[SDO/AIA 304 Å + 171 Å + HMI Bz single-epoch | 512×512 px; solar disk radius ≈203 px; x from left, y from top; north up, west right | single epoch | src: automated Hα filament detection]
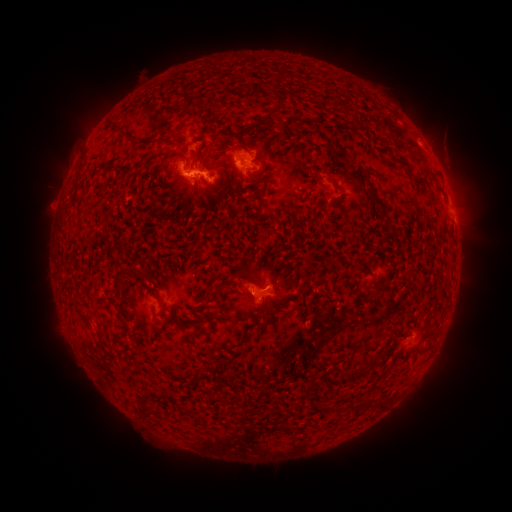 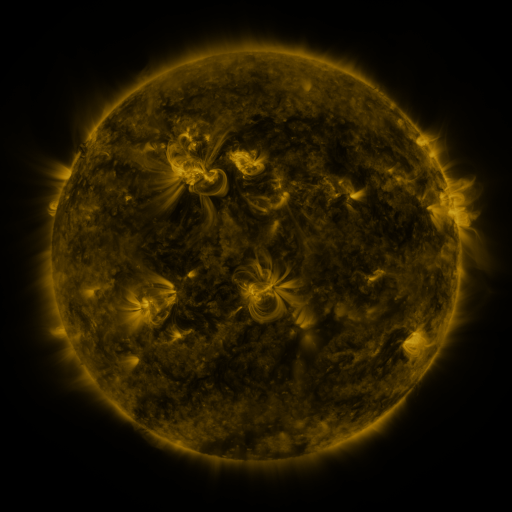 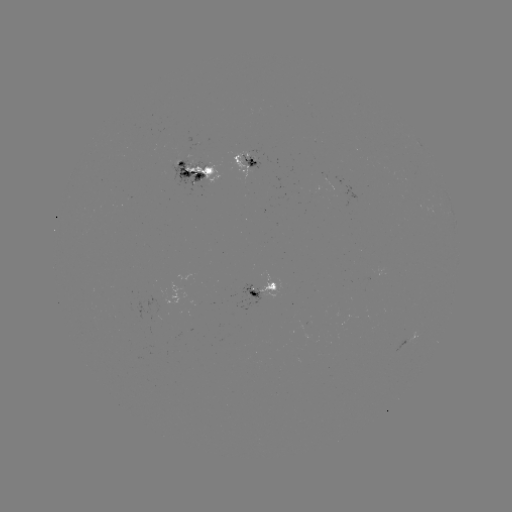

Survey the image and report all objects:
filament: [272, 101, 284, 116]
filament: [171, 103, 183, 112]
filament: [109, 119, 127, 136]
filament: [249, 125, 282, 151]
filament: [210, 129, 254, 150]
filament: [188, 149, 198, 163]
filament: [158, 150, 189, 171]
filament: [336, 160, 347, 169]
filament: [351, 169, 373, 189]
filament: [247, 174, 259, 188]
filament: [201, 177, 217, 190]
filament: [152, 179, 181, 205]
filament: [302, 180, 314, 189]
filament: [229, 184, 241, 197]
filament: [115, 187, 125, 197]
filament: [369, 191, 383, 207]
filament: [142, 196, 156, 208]
filament: [62, 205, 71, 216]
filament: [146, 206, 173, 239]
filament: [155, 240, 179, 253]
filament: [136, 270, 169, 284]
filament: [232, 270, 247, 279]
filament: [115, 271, 124, 284]
filament: [216, 281, 240, 295]
filament: [154, 282, 163, 293]
filament: [282, 284, 295, 292]
filament: [266, 302, 278, 316]
filament: [173, 317, 183, 332]
filament: [120, 320, 128, 336]
filament: [302, 335, 310, 346]
filament: [272, 347, 281, 355]
filament: [364, 397, 374, 409]
filament: [377, 399, 384, 408]
filament: [183, 405, 194, 413]
